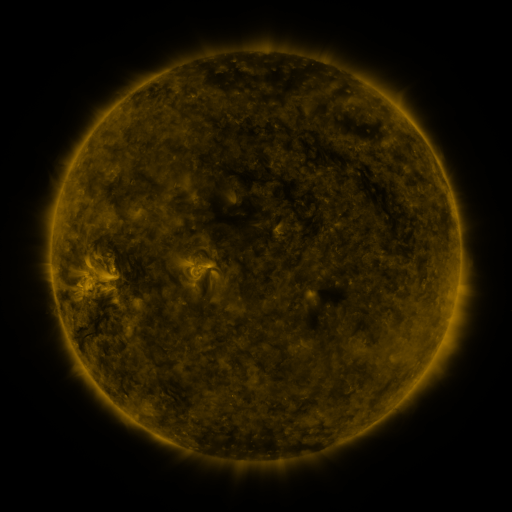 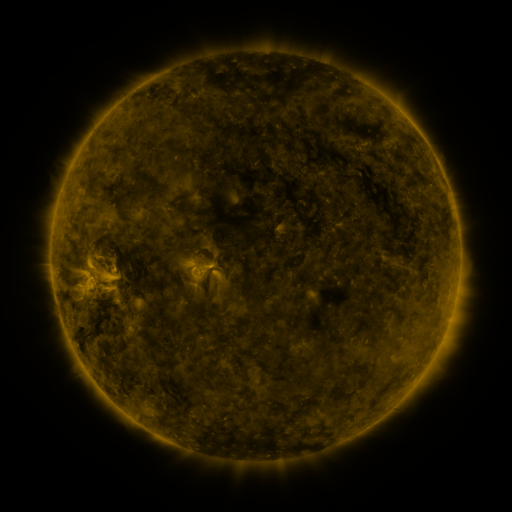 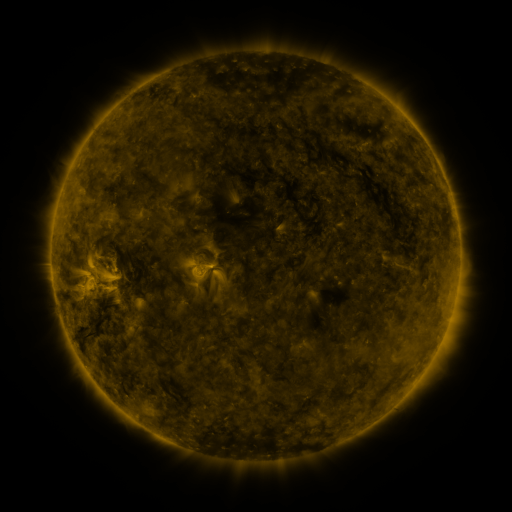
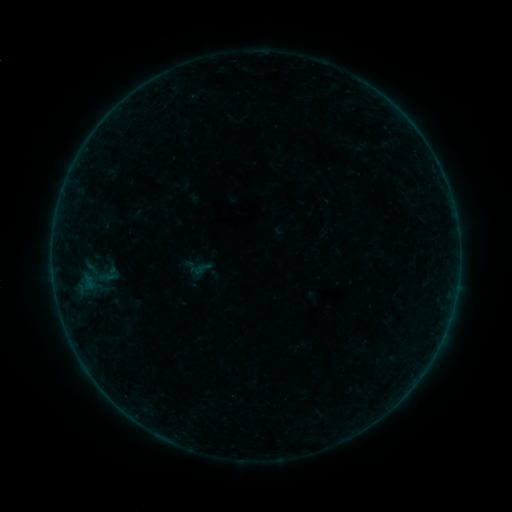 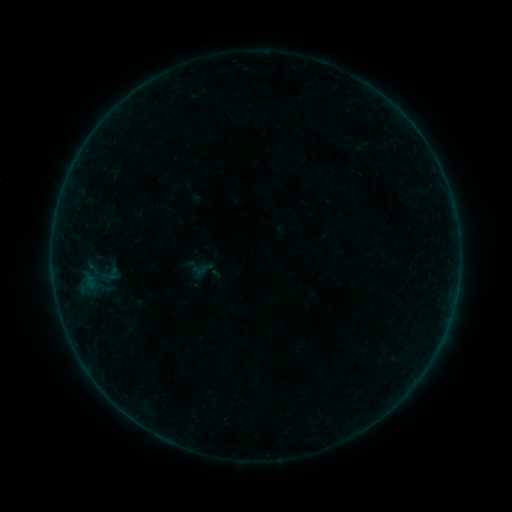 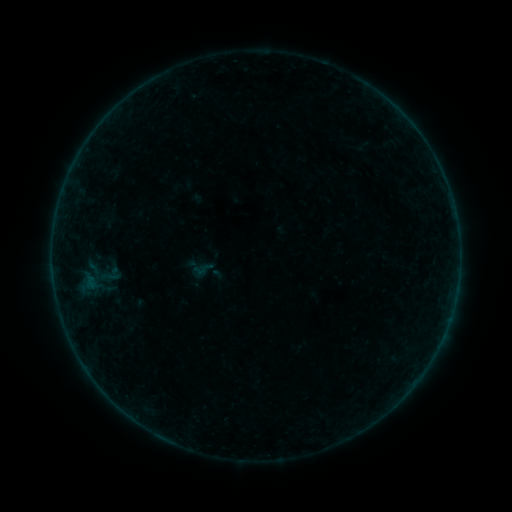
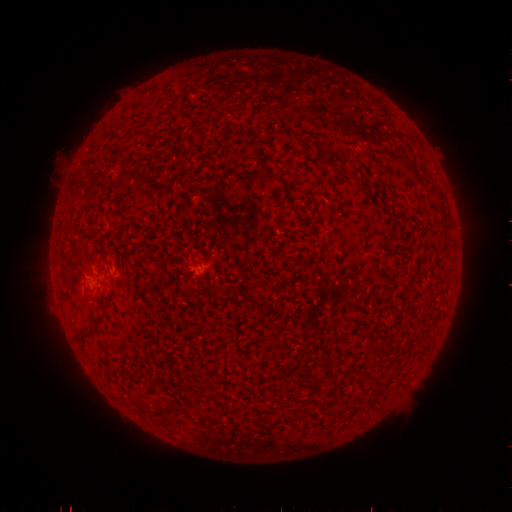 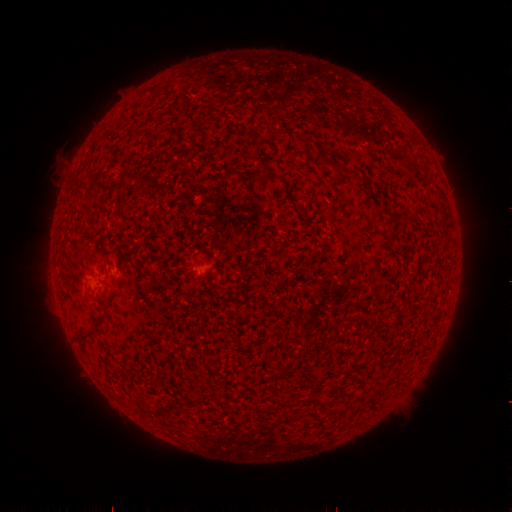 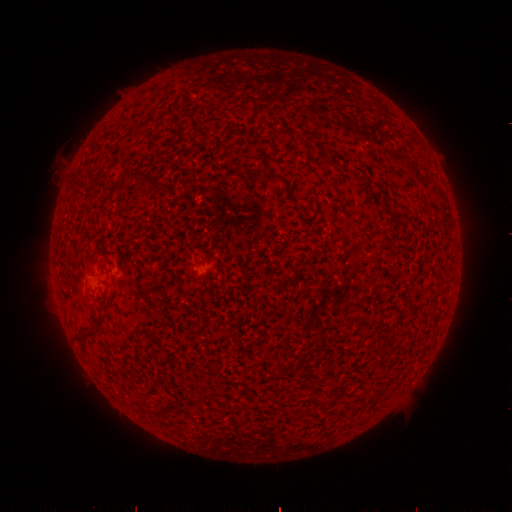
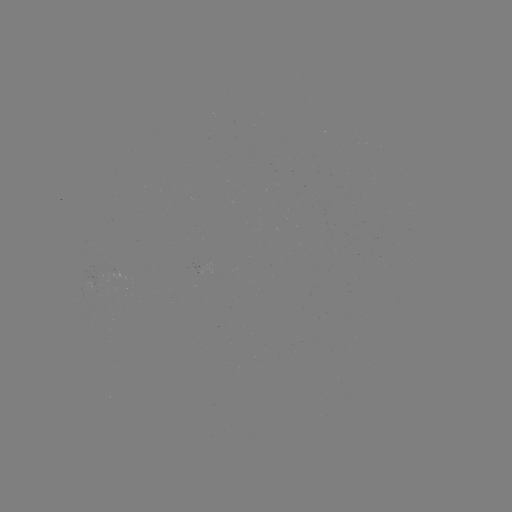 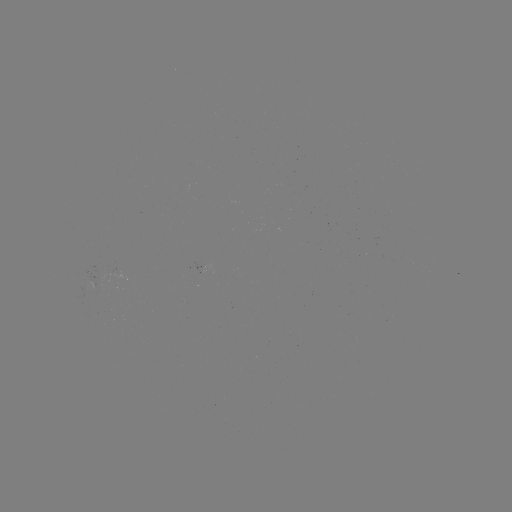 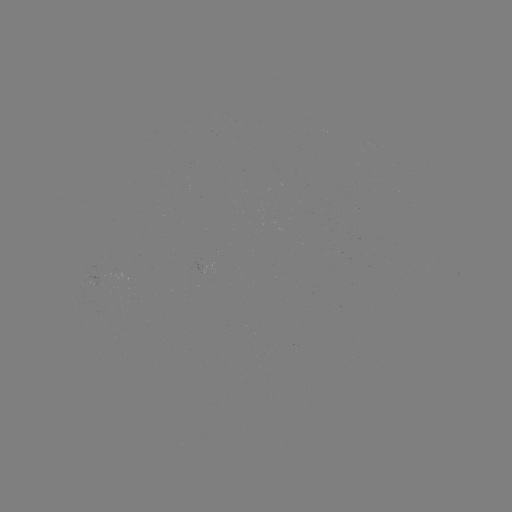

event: emerging-flux region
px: (118, 272)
